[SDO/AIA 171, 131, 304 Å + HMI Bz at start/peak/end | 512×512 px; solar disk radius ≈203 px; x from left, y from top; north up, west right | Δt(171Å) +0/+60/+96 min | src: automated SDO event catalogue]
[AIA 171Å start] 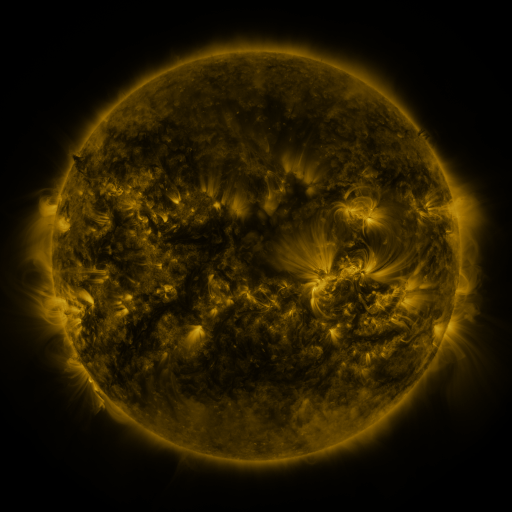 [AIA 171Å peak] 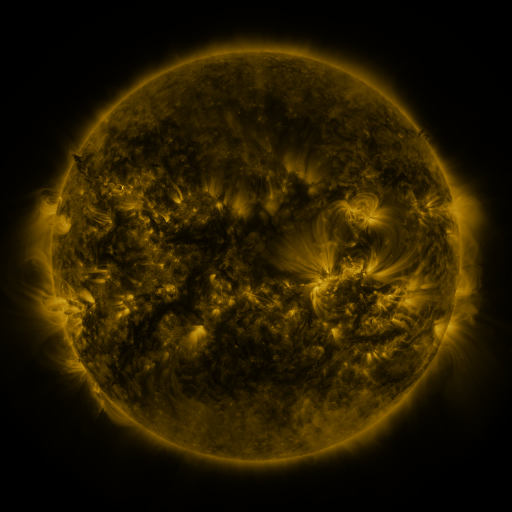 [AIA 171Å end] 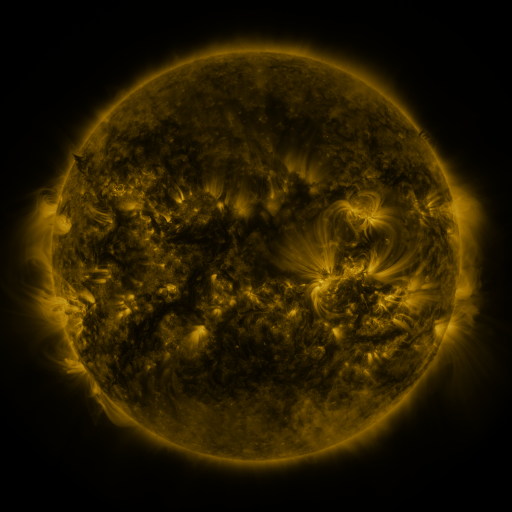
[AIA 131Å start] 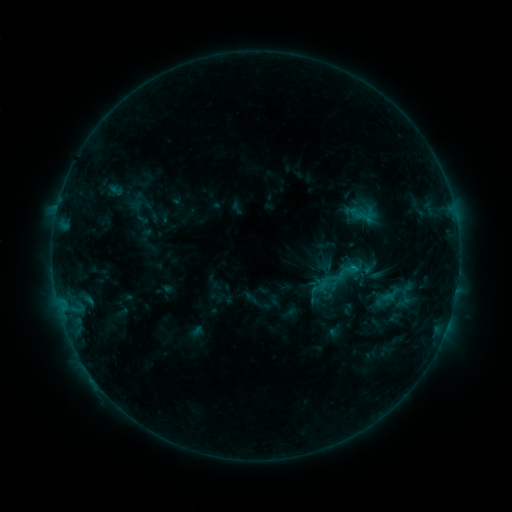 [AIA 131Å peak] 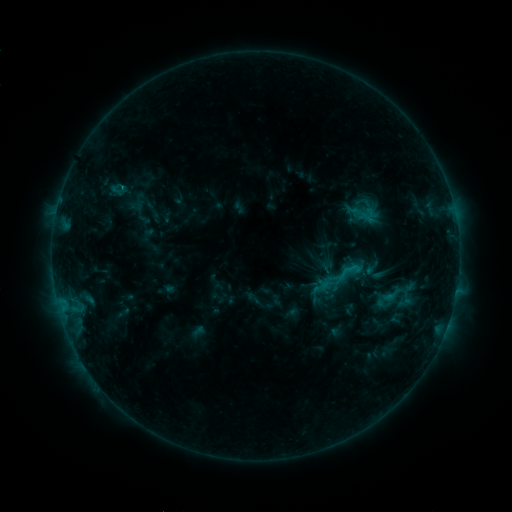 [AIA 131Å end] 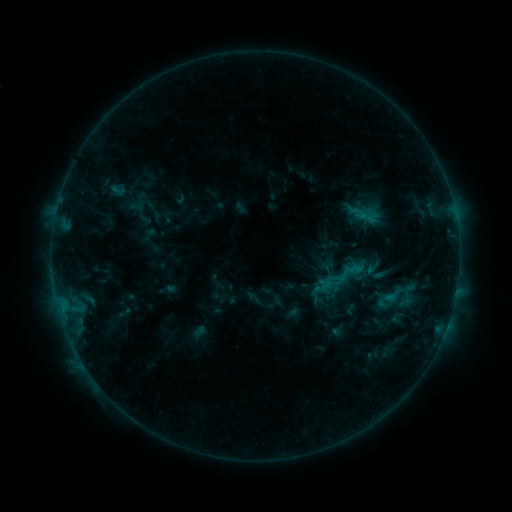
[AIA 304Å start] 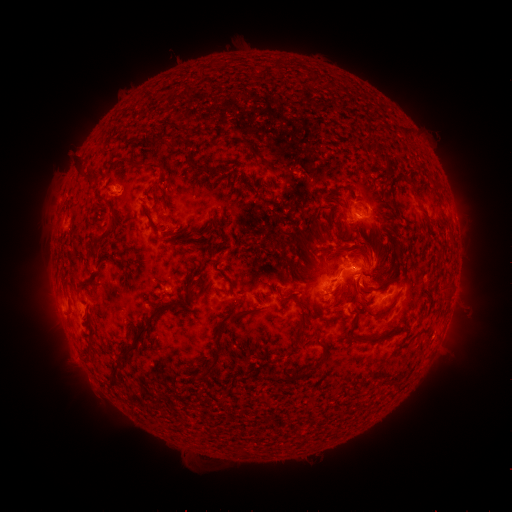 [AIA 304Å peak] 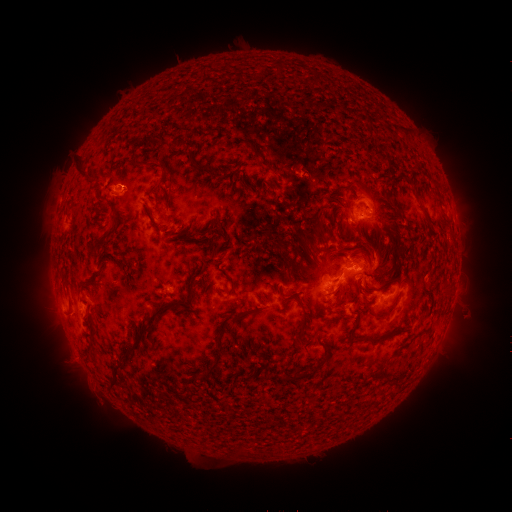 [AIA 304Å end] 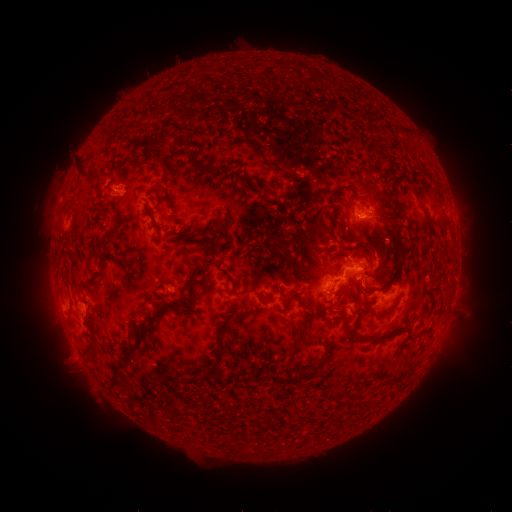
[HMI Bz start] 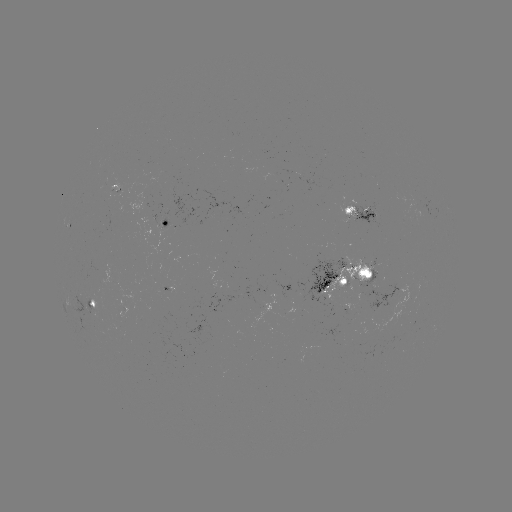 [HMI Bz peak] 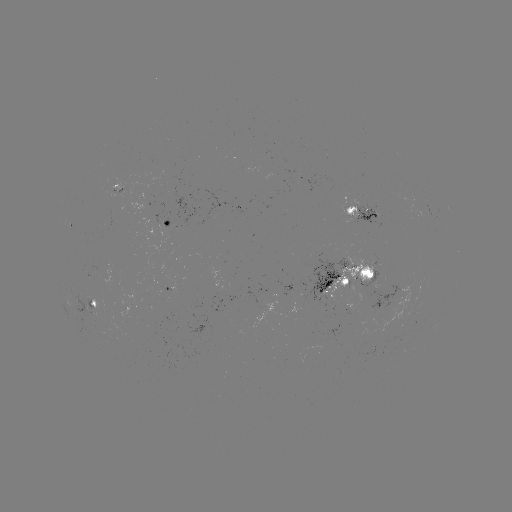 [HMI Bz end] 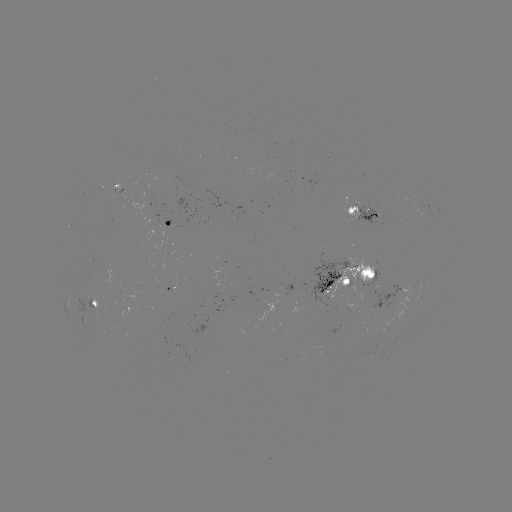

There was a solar emerging-flux region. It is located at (381, 293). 